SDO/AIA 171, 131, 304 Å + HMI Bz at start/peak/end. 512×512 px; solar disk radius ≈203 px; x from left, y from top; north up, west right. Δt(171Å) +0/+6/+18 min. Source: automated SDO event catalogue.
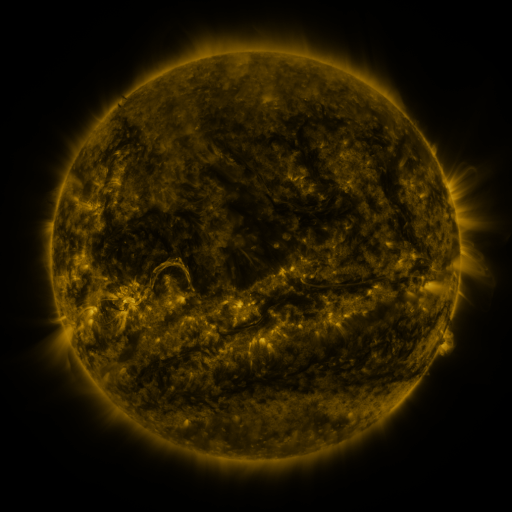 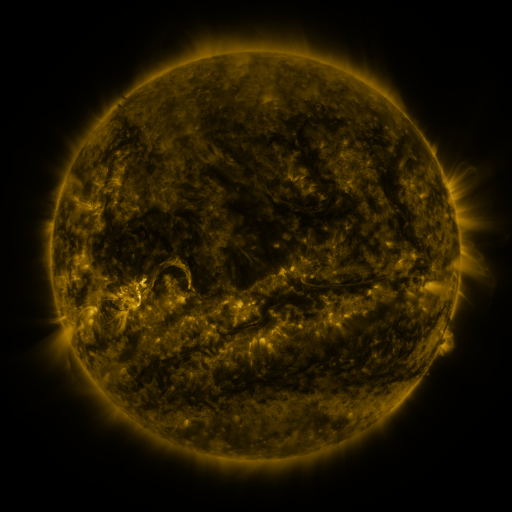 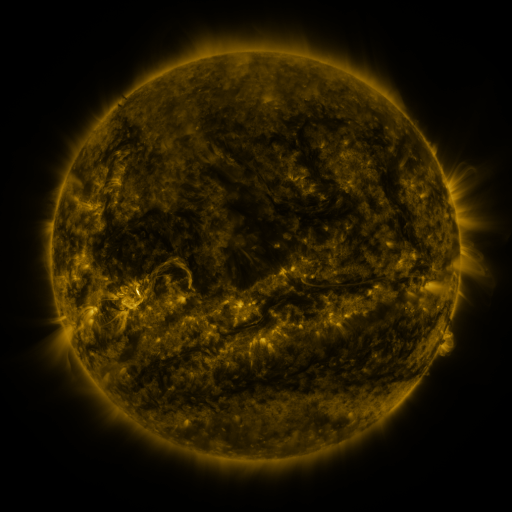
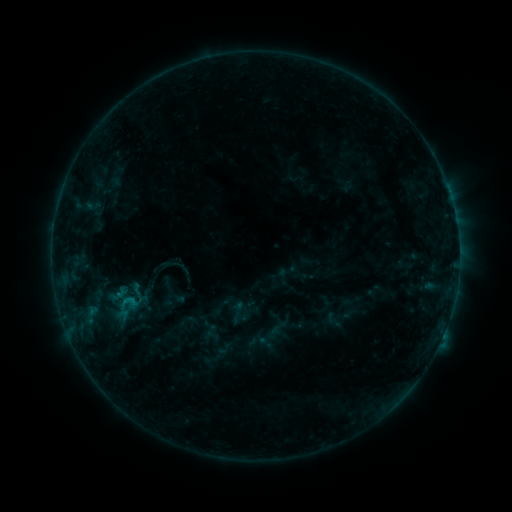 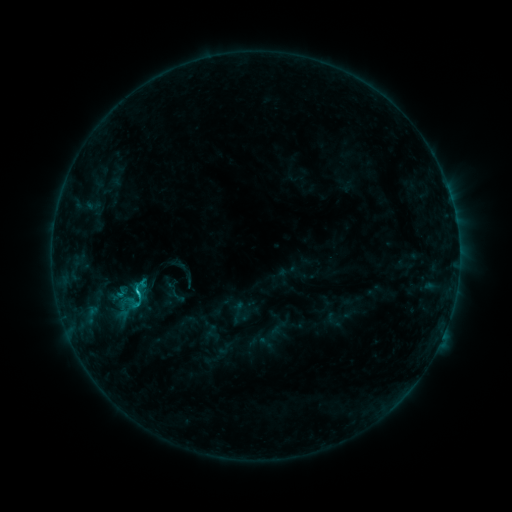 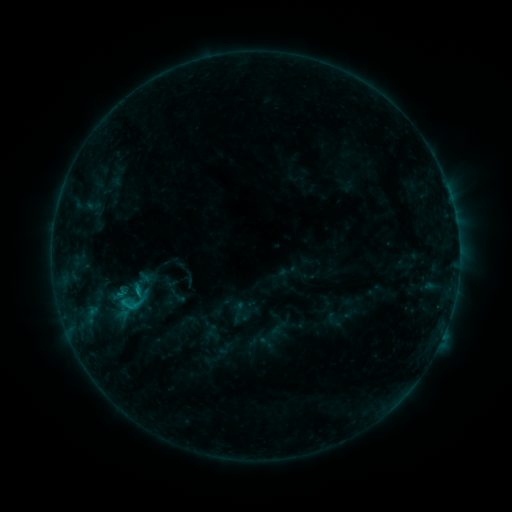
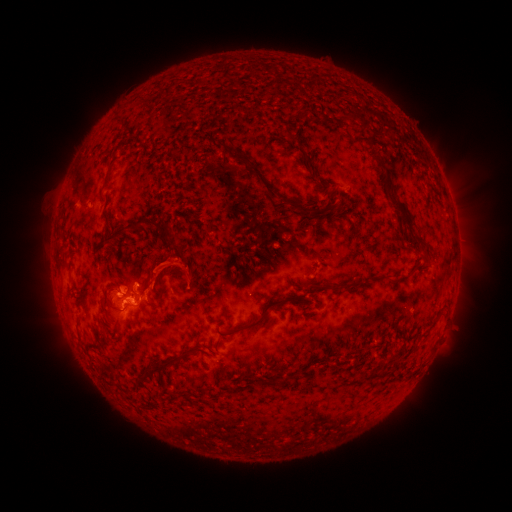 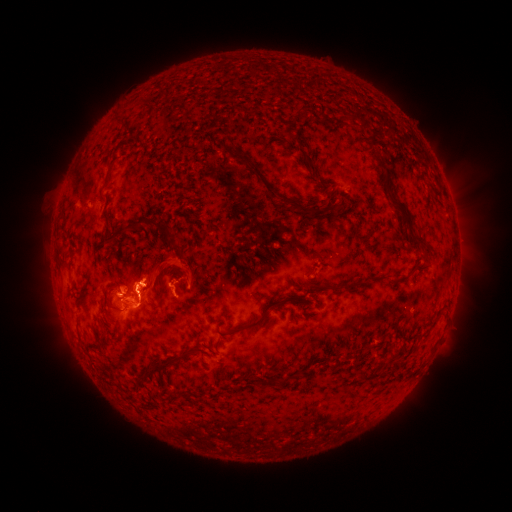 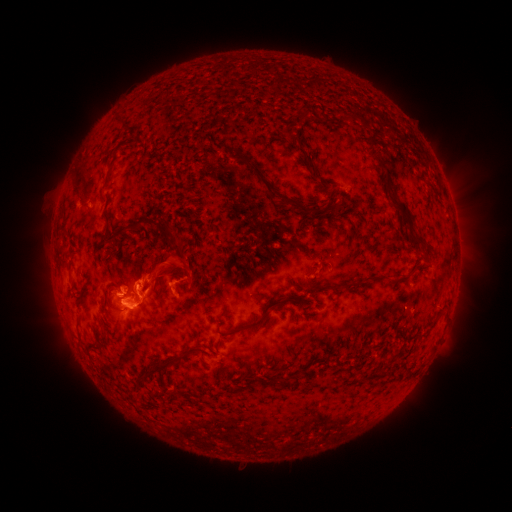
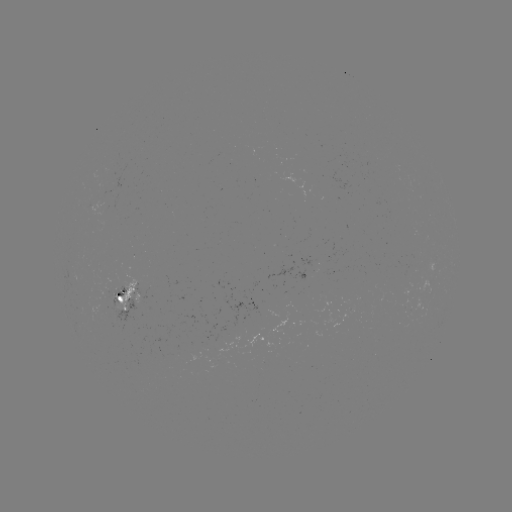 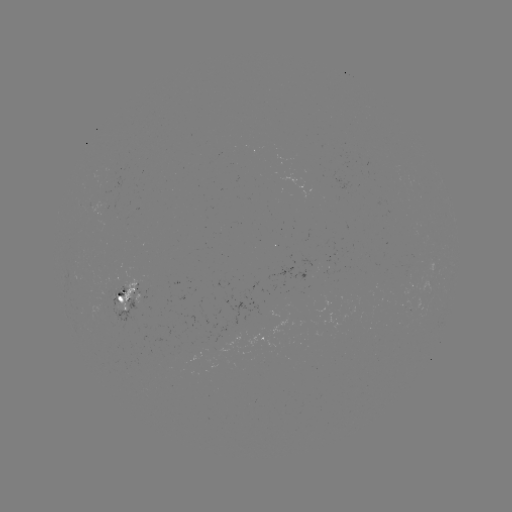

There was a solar flare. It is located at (138, 292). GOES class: C1.2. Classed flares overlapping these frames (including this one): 1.